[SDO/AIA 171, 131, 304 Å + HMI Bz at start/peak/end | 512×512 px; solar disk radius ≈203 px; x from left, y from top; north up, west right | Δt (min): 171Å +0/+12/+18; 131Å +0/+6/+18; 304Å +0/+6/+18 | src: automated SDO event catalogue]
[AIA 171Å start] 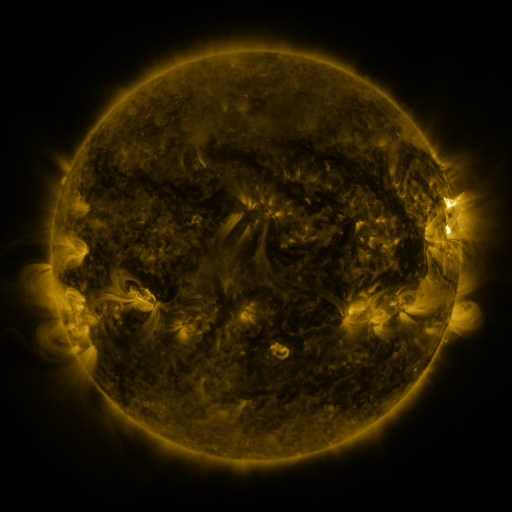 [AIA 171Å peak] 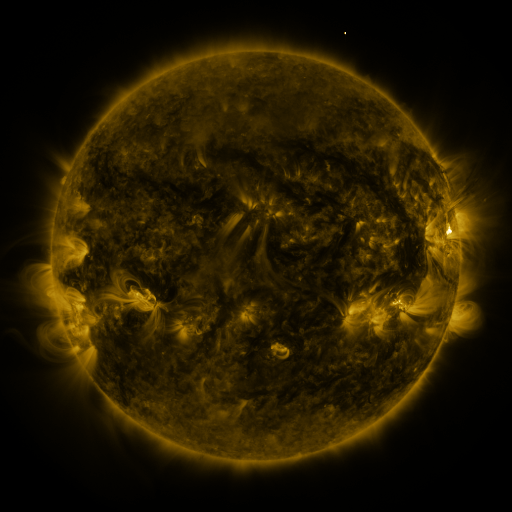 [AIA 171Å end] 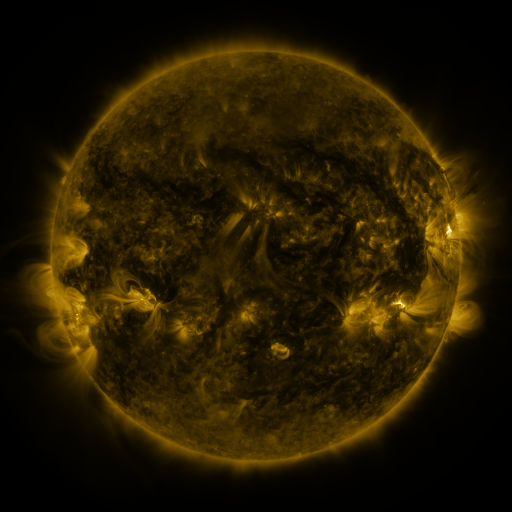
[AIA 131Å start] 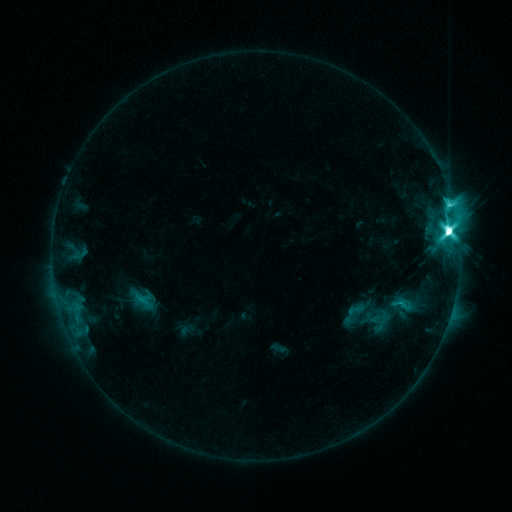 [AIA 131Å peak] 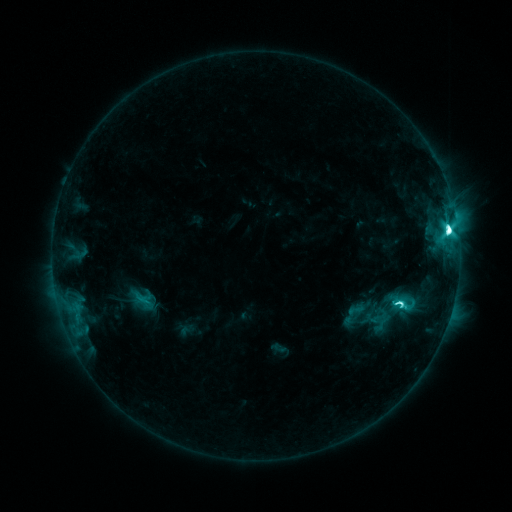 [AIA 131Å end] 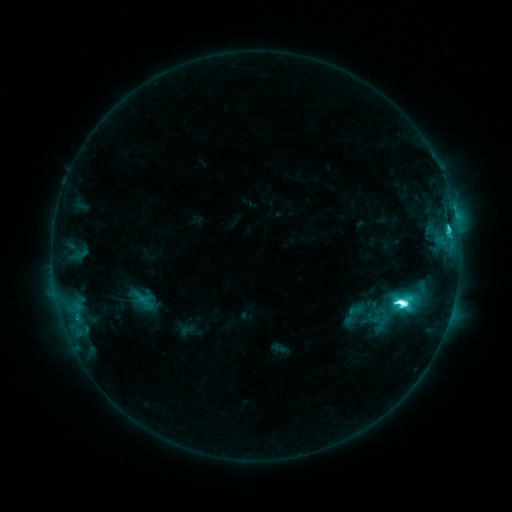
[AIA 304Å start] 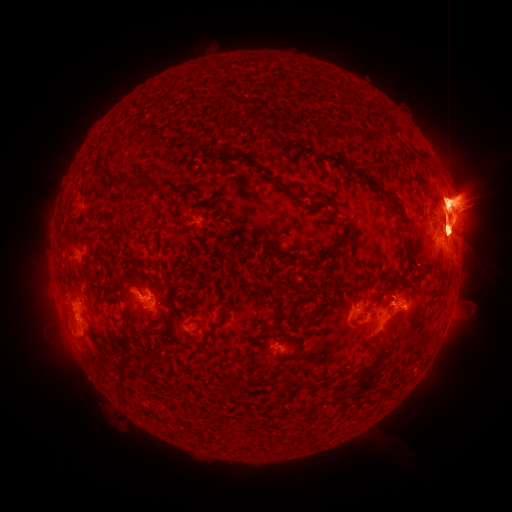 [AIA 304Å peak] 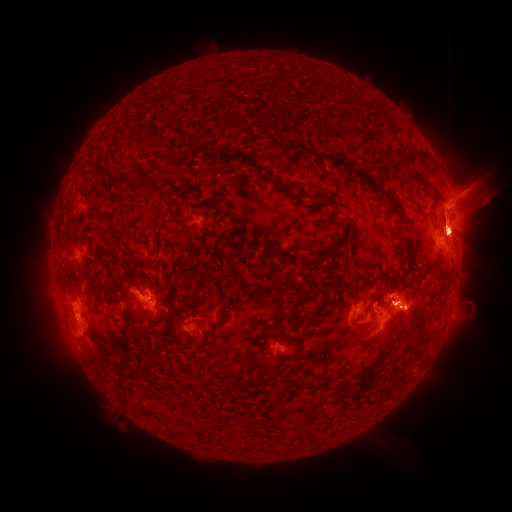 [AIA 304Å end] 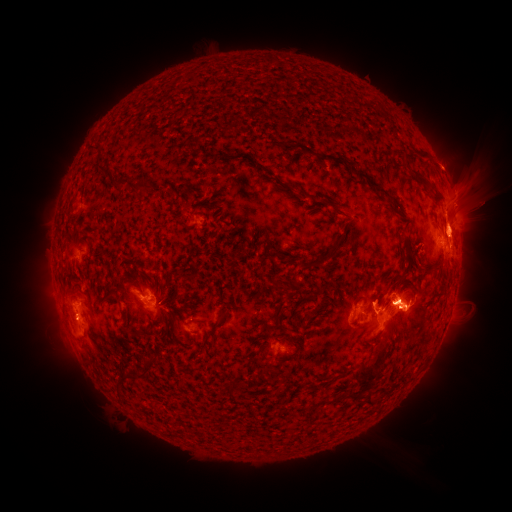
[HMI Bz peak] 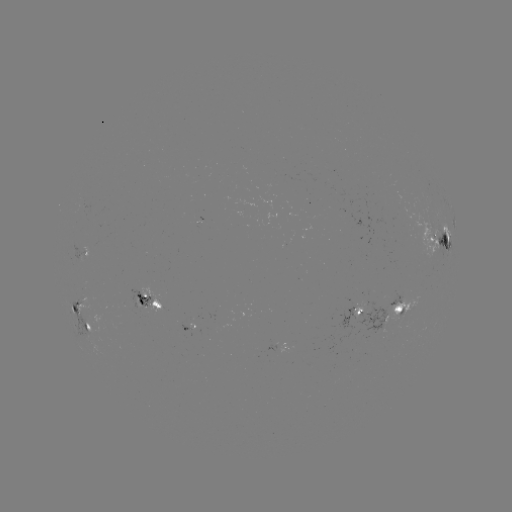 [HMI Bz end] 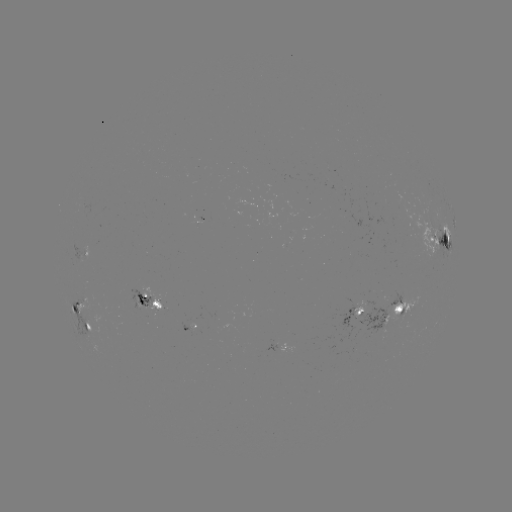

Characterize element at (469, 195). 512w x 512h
eruption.